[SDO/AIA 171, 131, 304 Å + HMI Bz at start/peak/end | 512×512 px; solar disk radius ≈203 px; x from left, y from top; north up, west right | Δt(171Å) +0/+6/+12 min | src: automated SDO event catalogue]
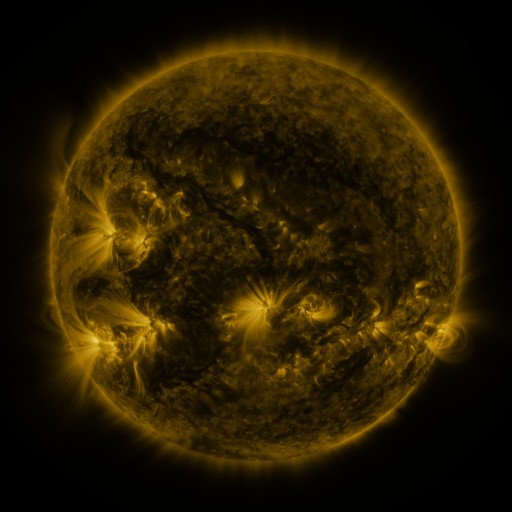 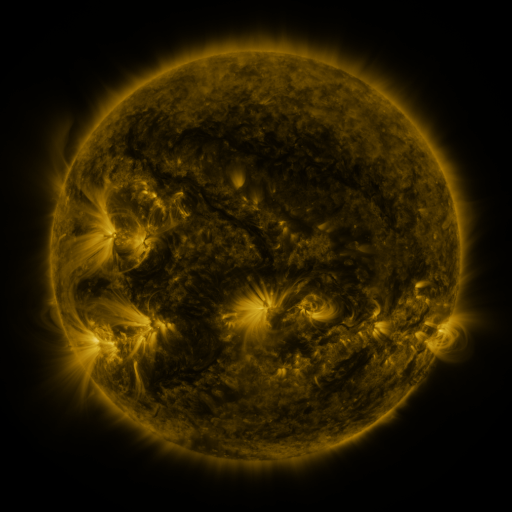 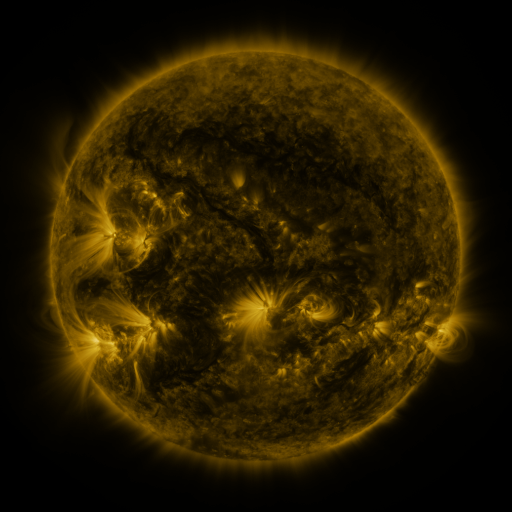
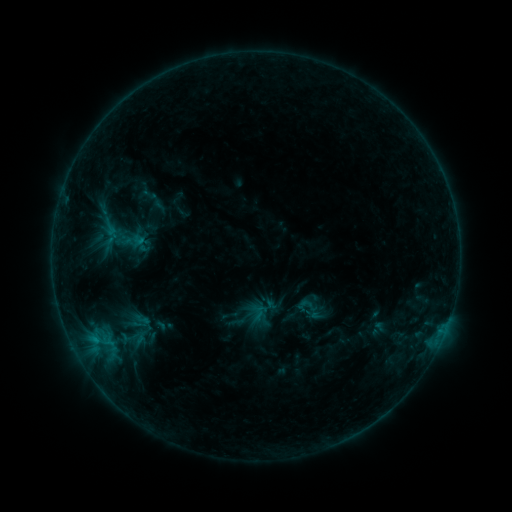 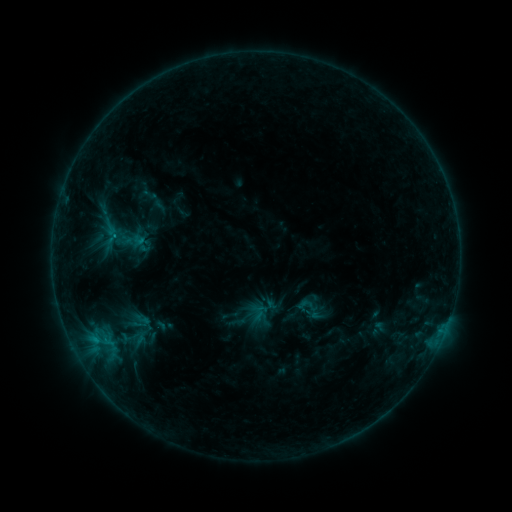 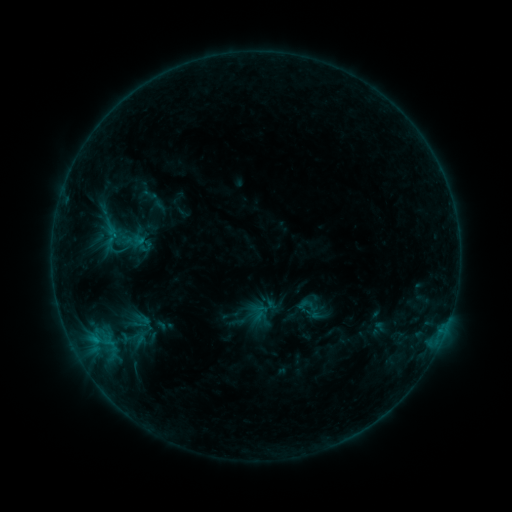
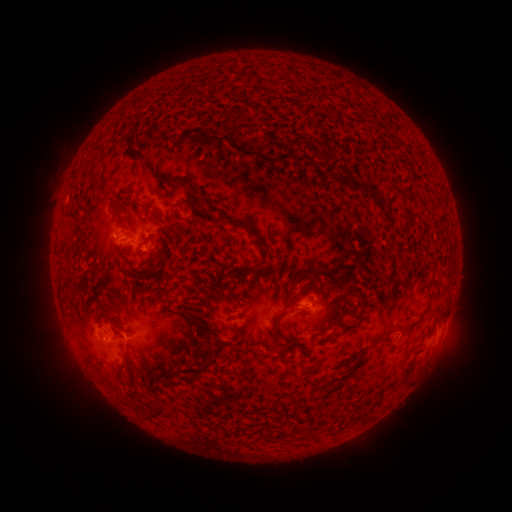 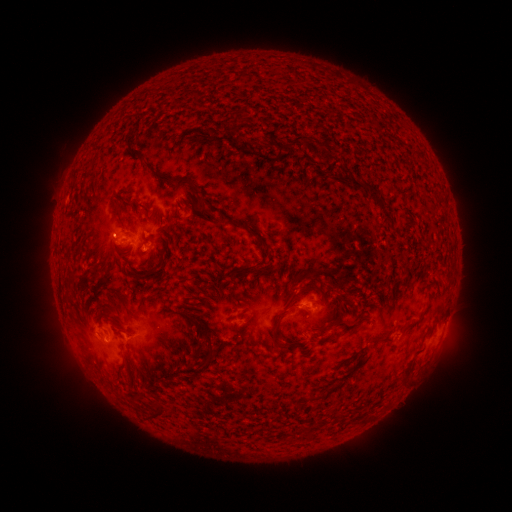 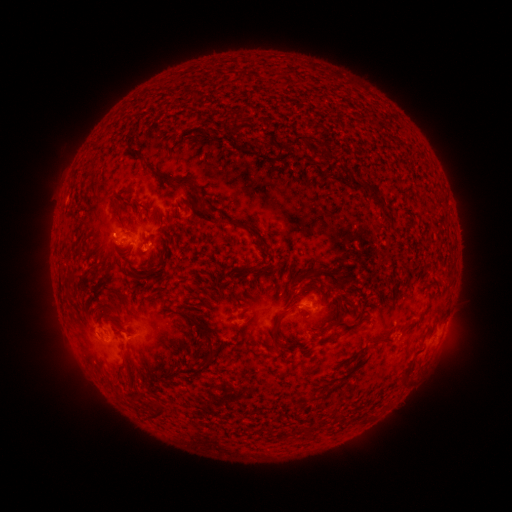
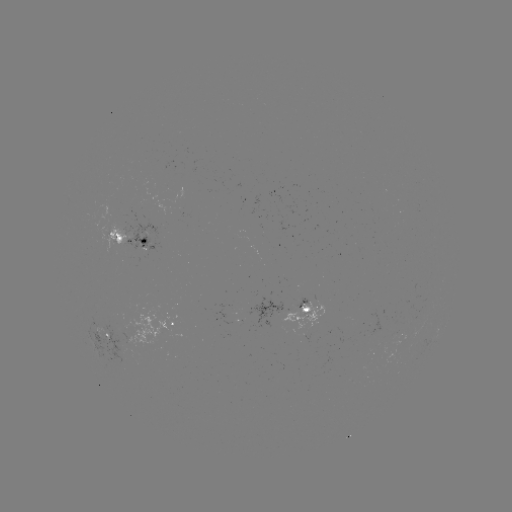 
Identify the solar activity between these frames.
B8.5 flare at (96, 338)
